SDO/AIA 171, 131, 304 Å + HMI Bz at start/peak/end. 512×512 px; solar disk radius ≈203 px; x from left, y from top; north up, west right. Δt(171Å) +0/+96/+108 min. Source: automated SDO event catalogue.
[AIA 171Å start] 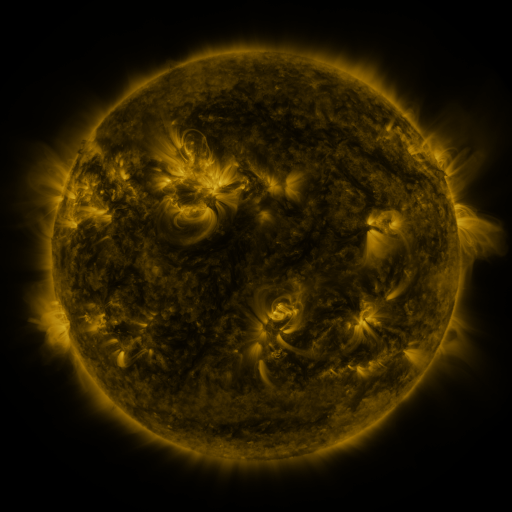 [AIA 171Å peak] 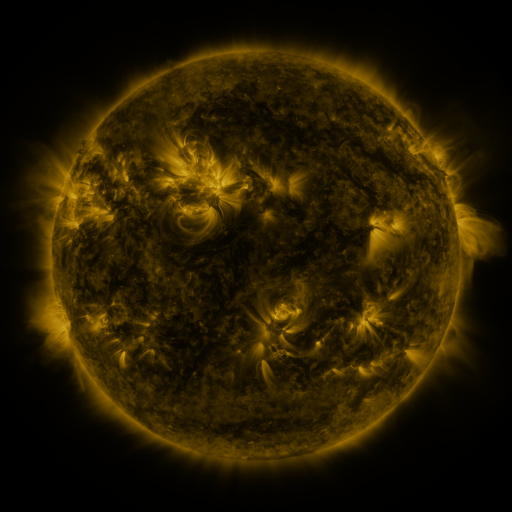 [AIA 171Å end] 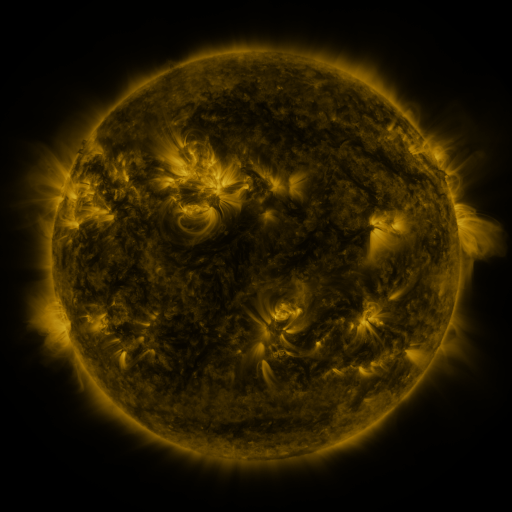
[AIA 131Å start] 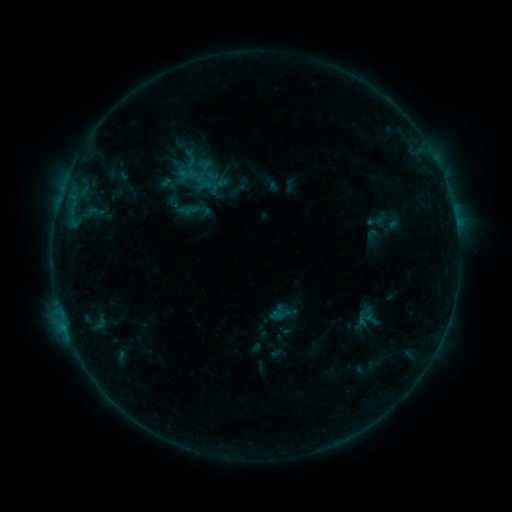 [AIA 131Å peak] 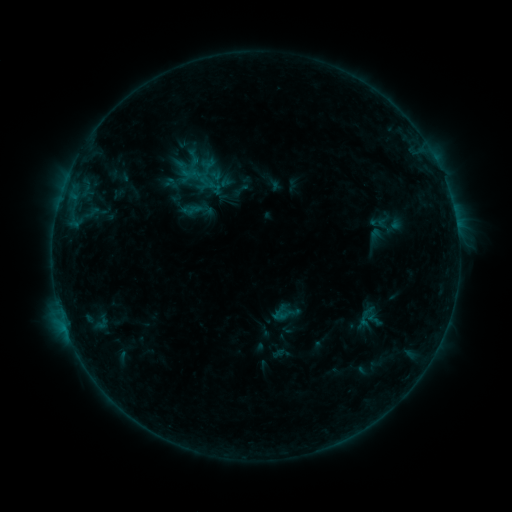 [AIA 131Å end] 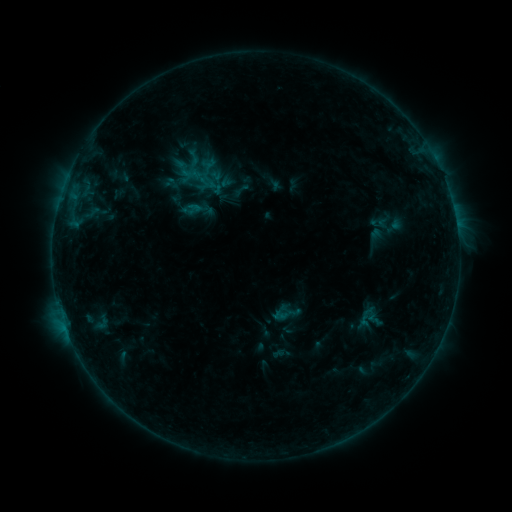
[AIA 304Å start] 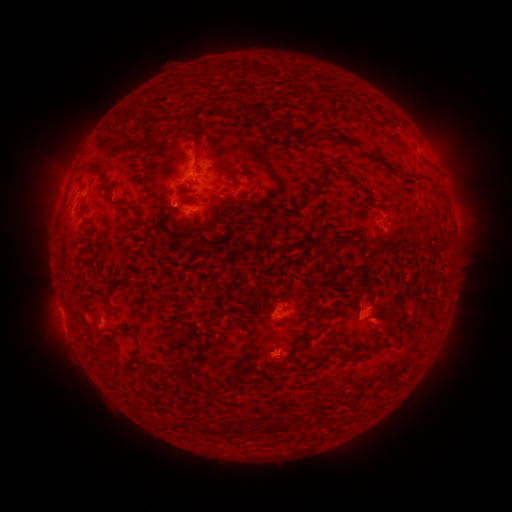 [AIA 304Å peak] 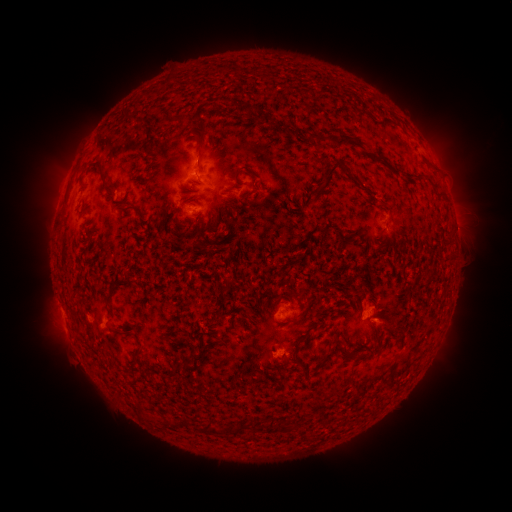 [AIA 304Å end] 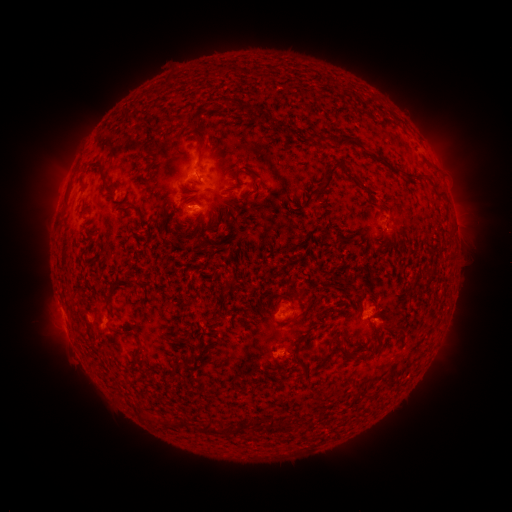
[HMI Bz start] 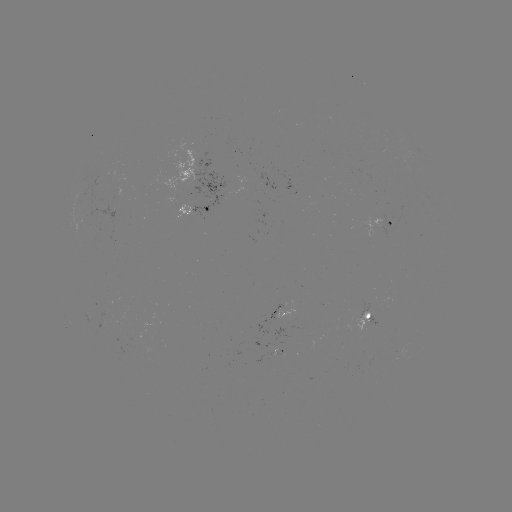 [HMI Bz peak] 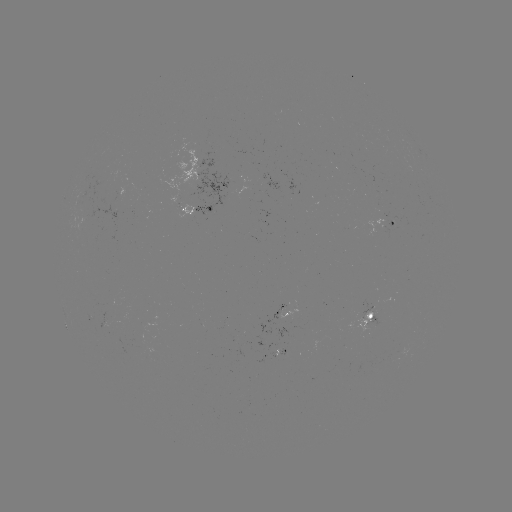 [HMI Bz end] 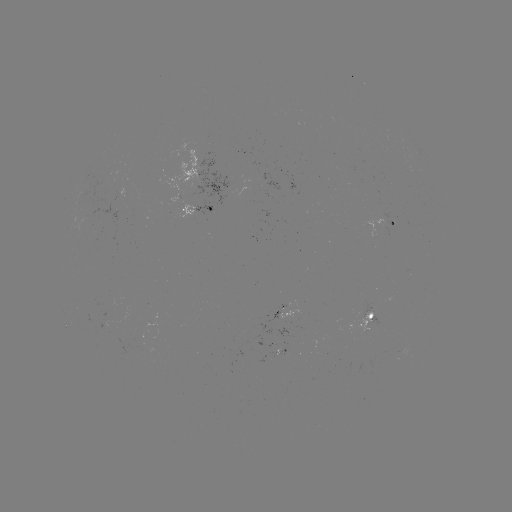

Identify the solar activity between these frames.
emerging-flux region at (275, 348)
